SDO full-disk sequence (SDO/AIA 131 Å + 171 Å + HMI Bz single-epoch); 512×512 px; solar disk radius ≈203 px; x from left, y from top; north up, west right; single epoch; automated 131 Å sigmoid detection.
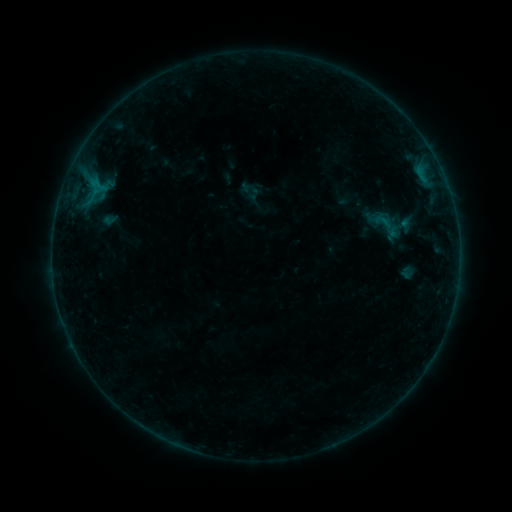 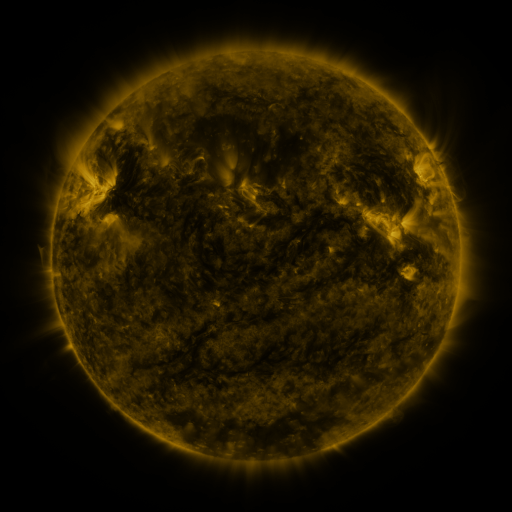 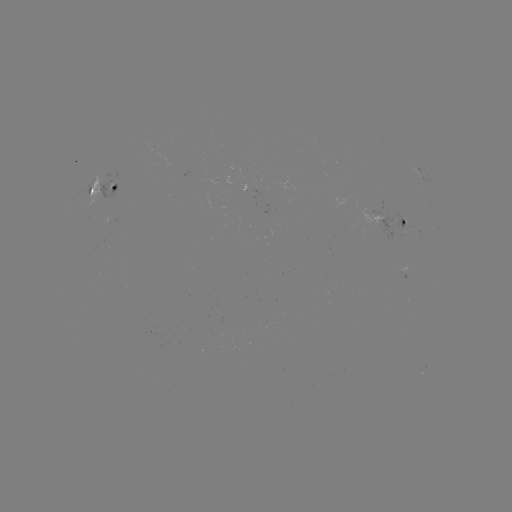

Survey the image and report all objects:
sigmoid: (250, 191)
sigmoid: (388, 225)
